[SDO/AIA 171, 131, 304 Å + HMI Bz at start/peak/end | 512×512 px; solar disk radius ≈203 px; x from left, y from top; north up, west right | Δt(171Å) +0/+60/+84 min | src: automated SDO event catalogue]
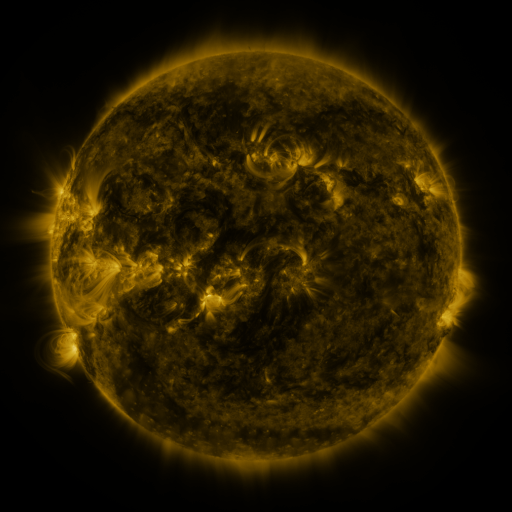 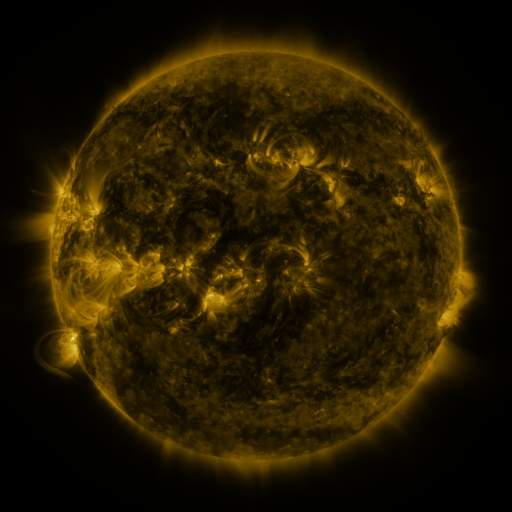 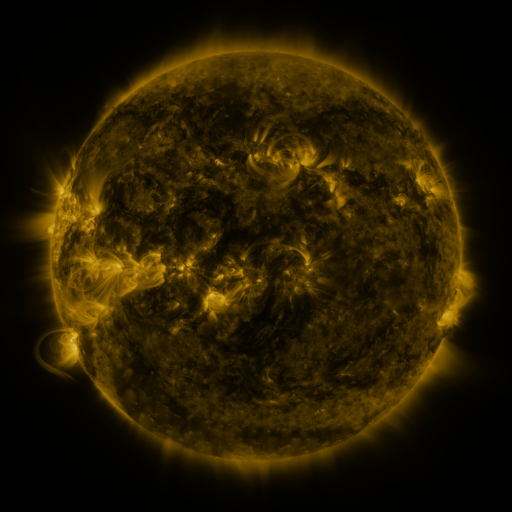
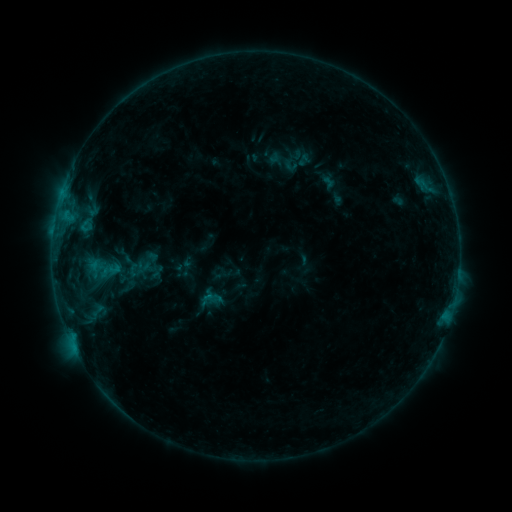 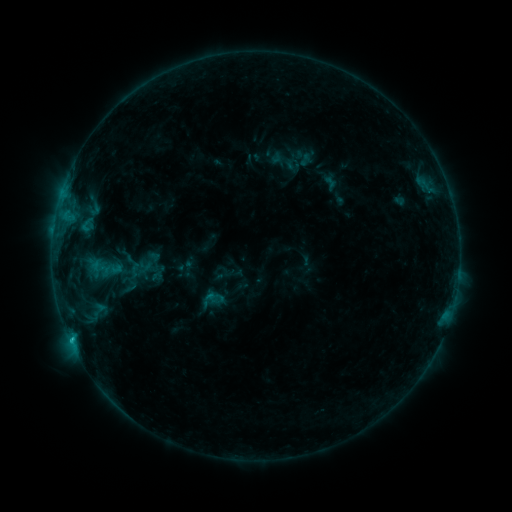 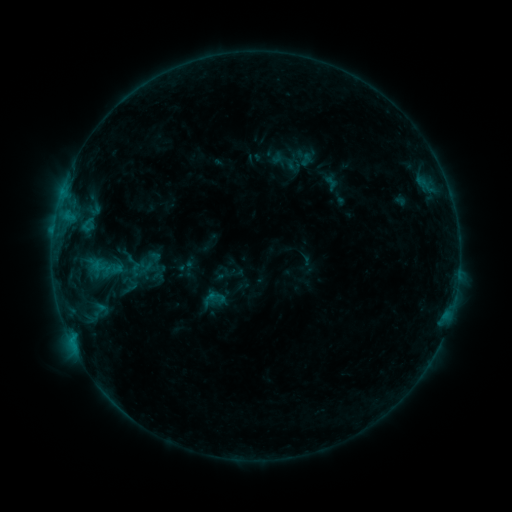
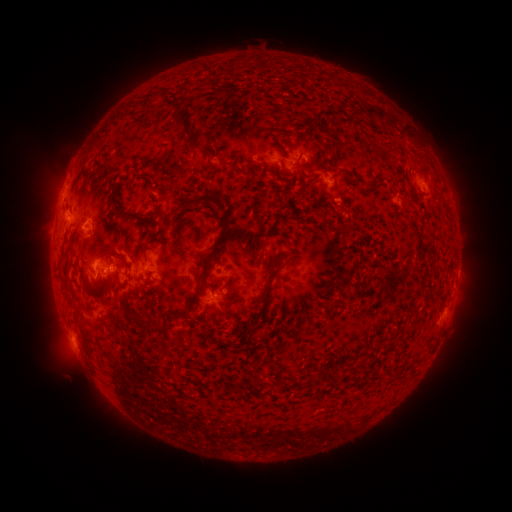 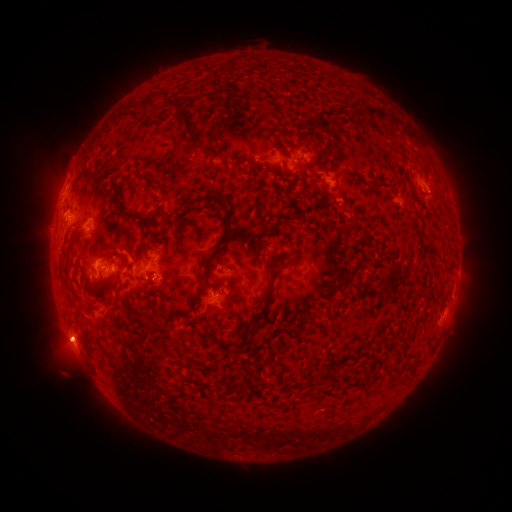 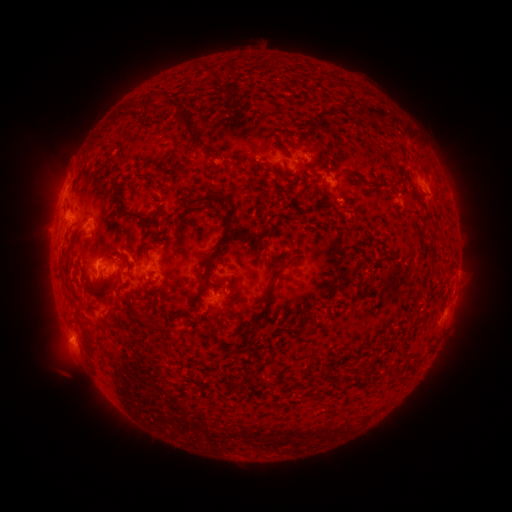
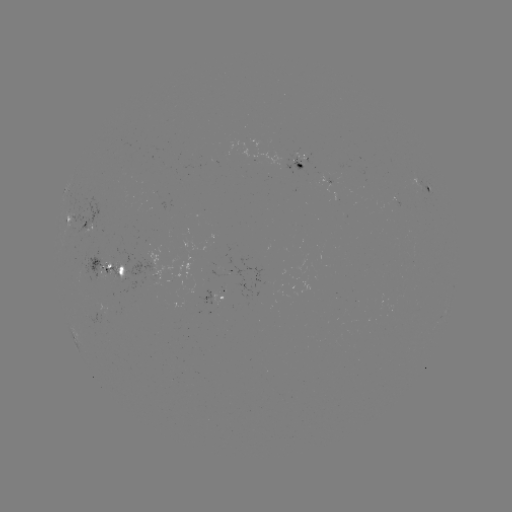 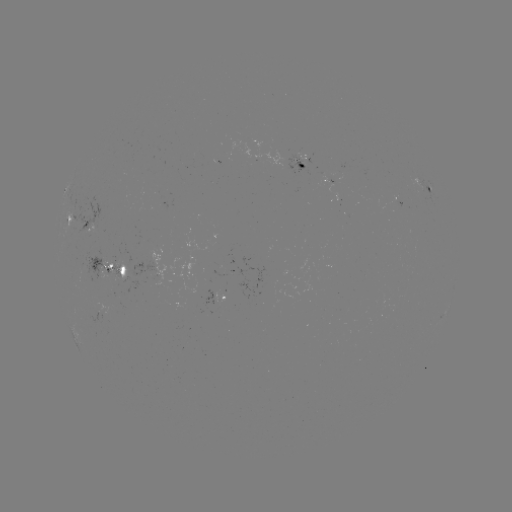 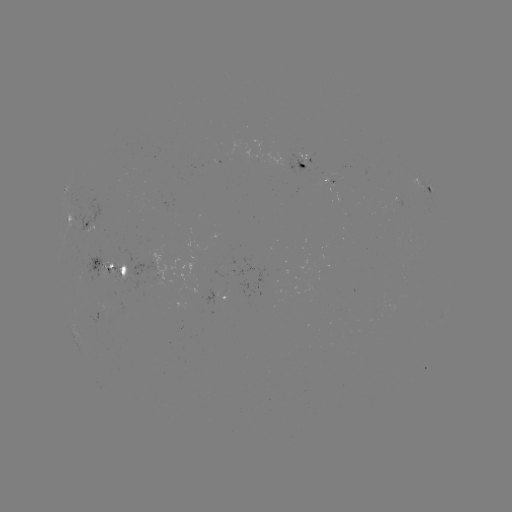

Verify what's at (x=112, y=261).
emerging-flux region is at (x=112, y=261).